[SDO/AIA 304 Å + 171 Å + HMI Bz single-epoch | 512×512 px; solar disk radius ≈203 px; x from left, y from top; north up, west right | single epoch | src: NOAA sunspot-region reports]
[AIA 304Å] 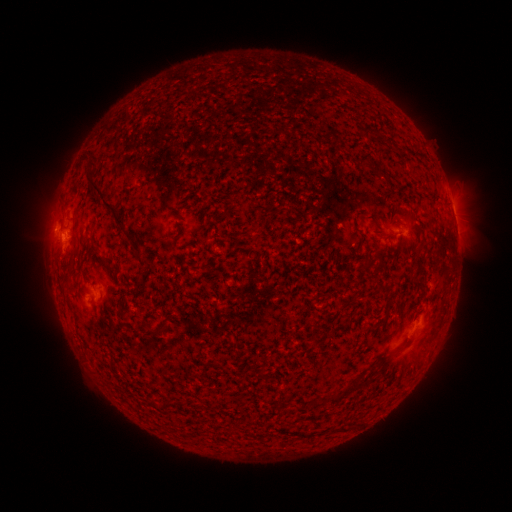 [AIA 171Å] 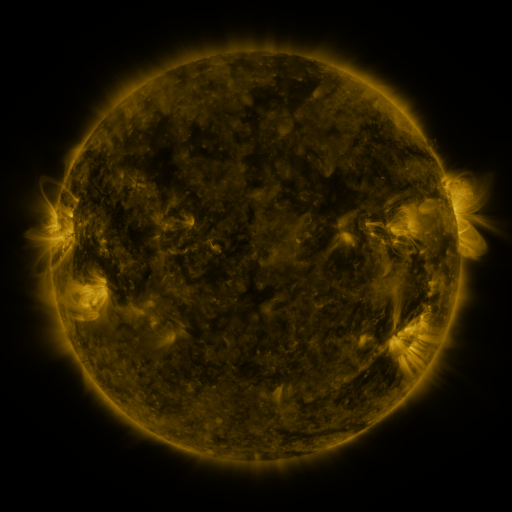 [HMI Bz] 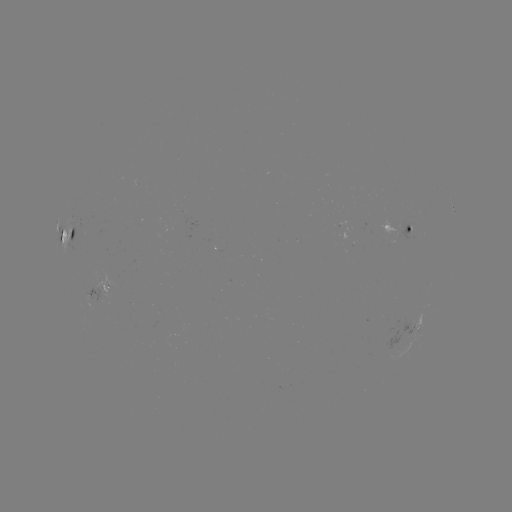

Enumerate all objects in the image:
spotted active region: (452, 205)
spotted active region: (404, 234)
spotted active region: (65, 236)
spotted active region: (77, 289)
spotted active region: (420, 325)
